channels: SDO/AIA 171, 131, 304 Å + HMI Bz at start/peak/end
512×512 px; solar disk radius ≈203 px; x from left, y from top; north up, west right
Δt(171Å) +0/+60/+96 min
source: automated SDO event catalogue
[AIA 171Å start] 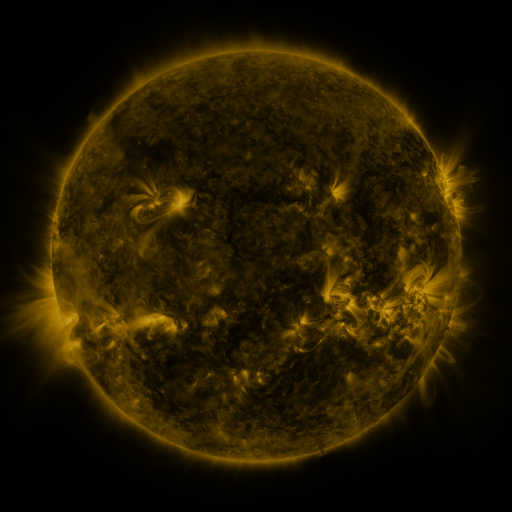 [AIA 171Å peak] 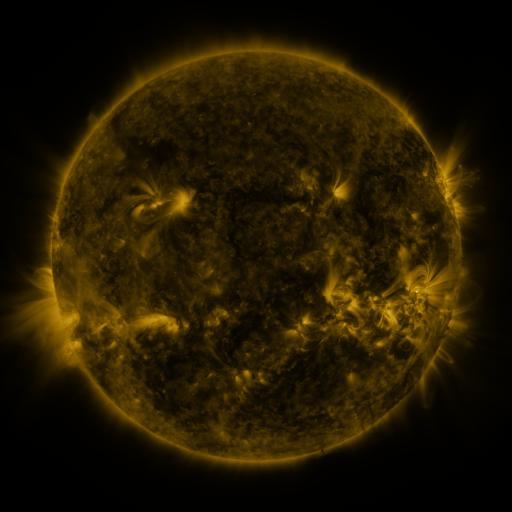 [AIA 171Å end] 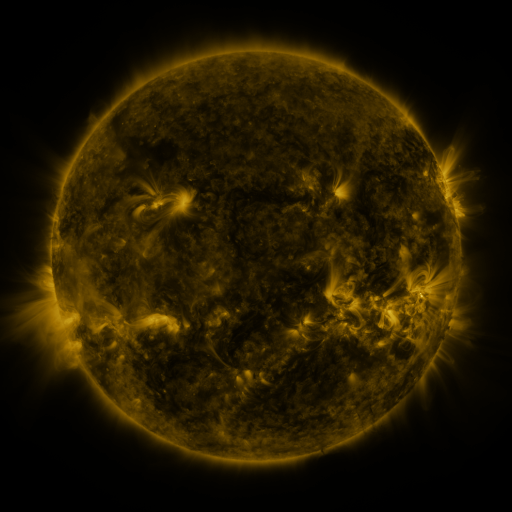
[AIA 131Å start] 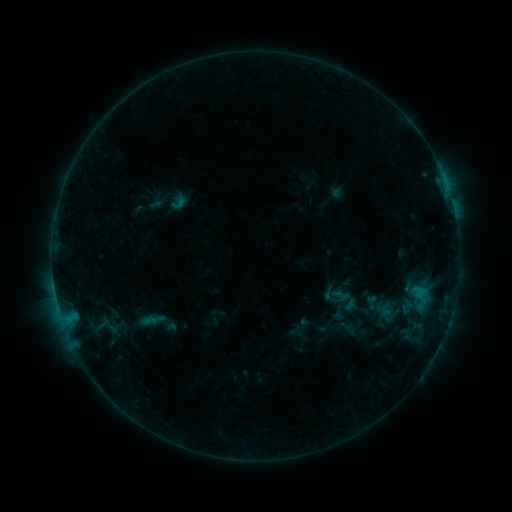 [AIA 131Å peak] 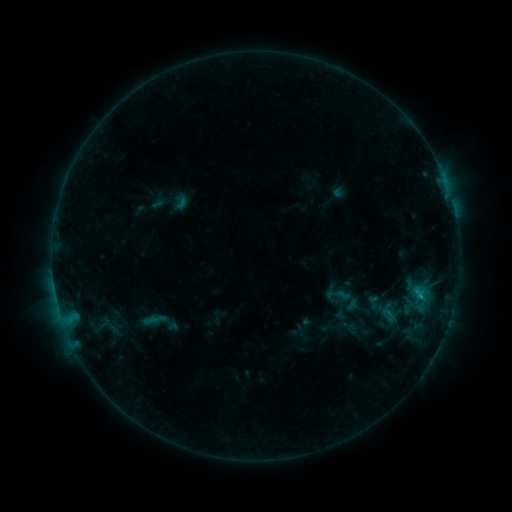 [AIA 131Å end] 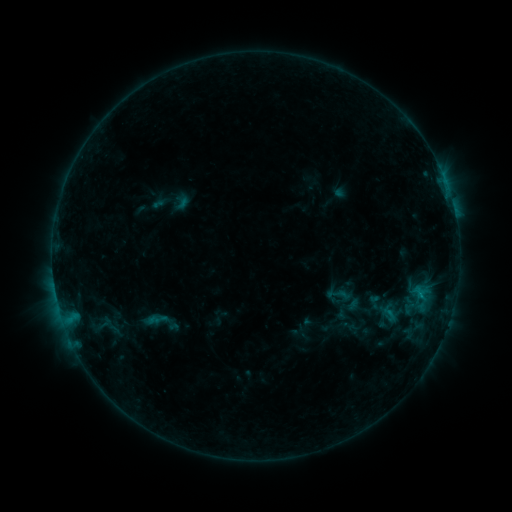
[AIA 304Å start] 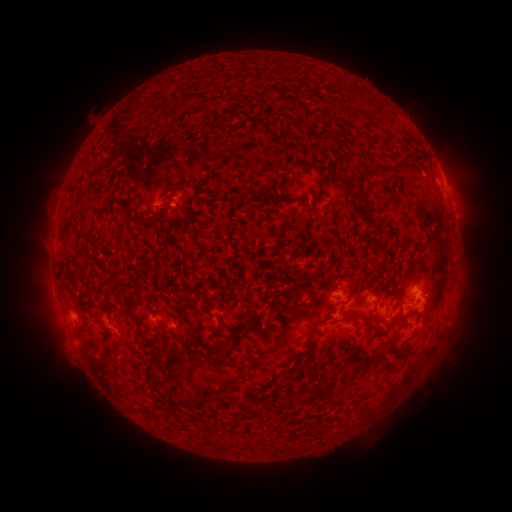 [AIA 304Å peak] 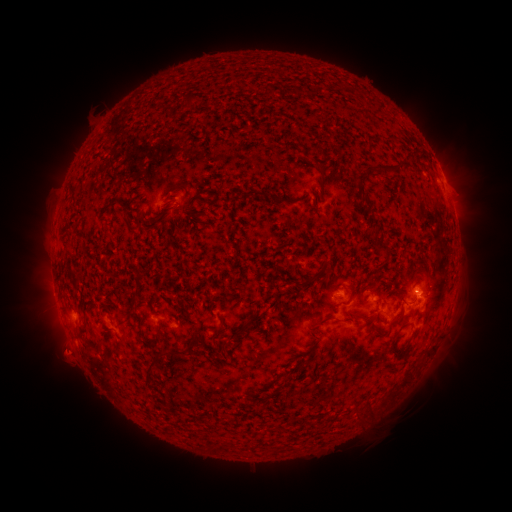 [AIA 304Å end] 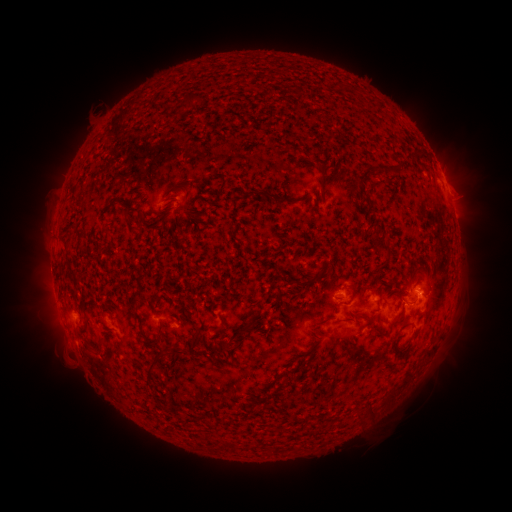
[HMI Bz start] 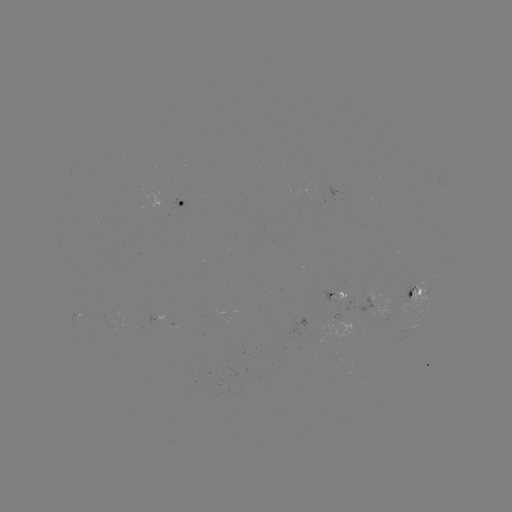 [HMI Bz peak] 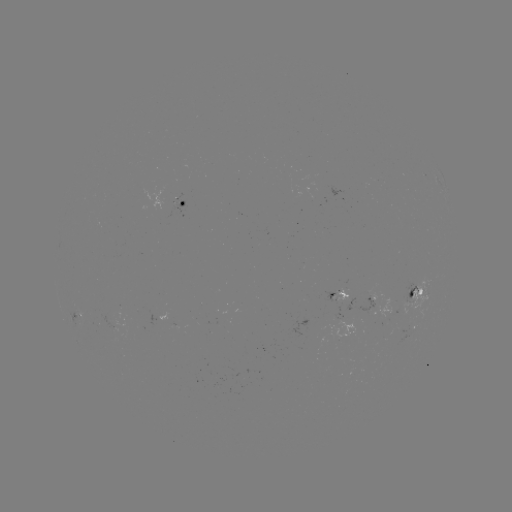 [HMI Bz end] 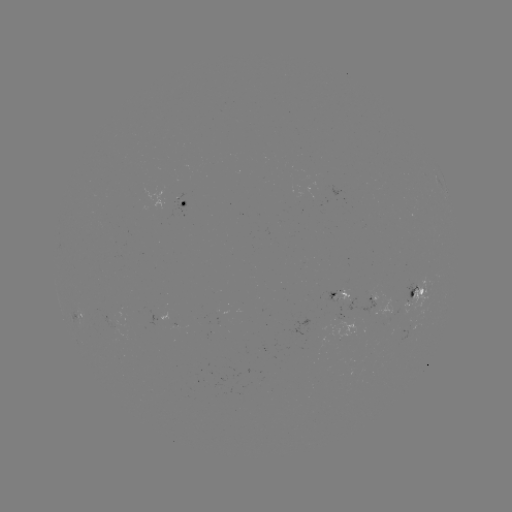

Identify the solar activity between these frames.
emerging-flux region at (169, 318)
